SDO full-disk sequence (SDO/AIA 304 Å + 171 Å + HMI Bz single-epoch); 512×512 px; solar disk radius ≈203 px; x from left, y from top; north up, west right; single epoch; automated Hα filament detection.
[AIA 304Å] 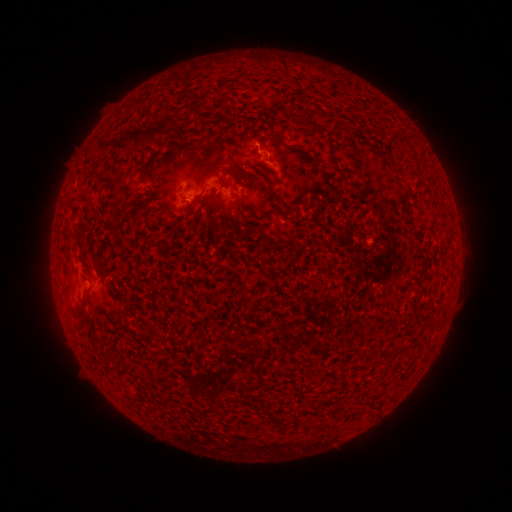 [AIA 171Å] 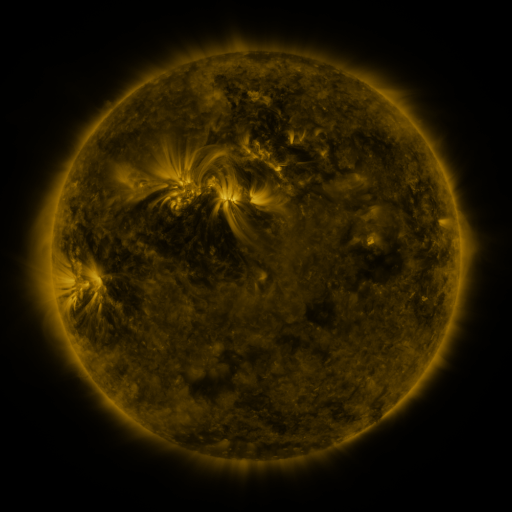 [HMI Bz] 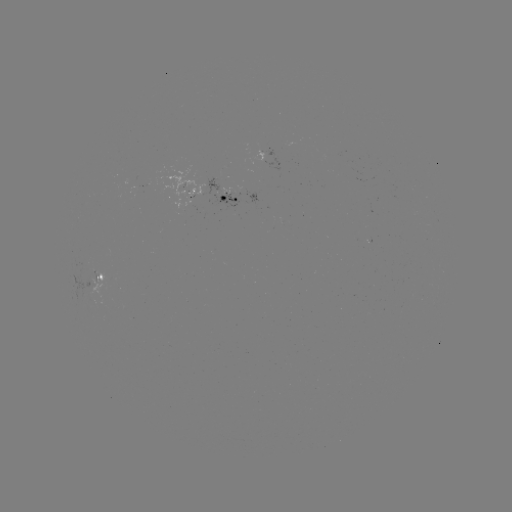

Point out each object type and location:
filament: <bbox>113, 122, 166, 151</bbox>
filament: <bbox>76, 230, 86, 240</bbox>
filament: <bbox>266, 407, 276, 418</bbox>
